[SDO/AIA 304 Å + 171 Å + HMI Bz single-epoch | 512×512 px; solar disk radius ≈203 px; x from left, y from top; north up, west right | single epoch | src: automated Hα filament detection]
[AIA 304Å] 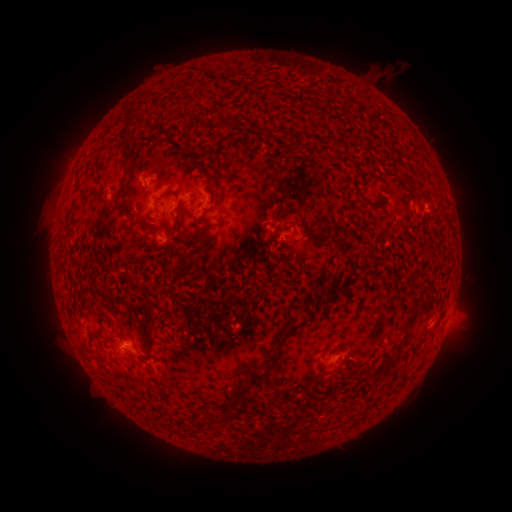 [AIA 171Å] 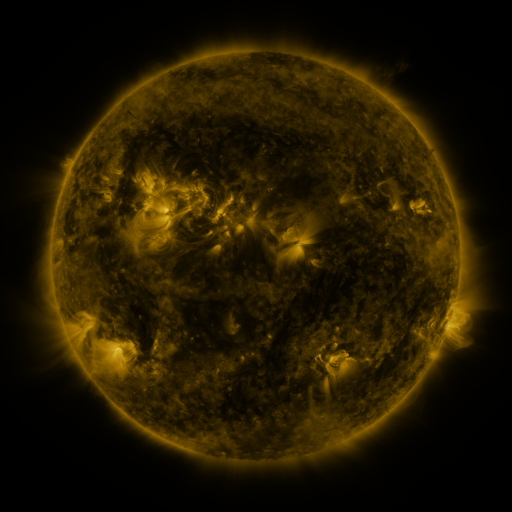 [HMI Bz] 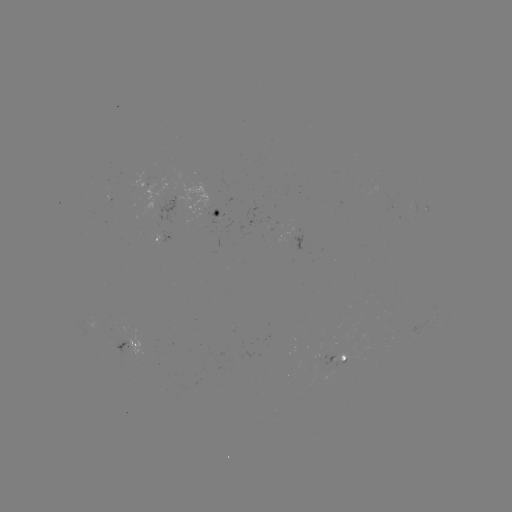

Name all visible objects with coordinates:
filament: (133, 114)
filament: (300, 134)
filament: (127, 149)
filament: (280, 217)
filament: (195, 234)
filament: (407, 324)
filament: (292, 327)
filament: (389, 358)
filament: (320, 372)
filament: (252, 377)
